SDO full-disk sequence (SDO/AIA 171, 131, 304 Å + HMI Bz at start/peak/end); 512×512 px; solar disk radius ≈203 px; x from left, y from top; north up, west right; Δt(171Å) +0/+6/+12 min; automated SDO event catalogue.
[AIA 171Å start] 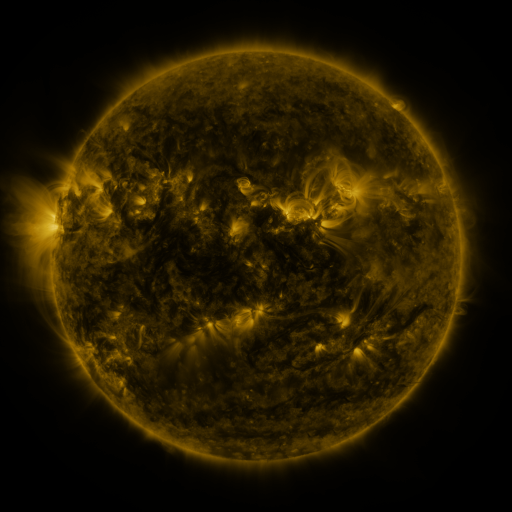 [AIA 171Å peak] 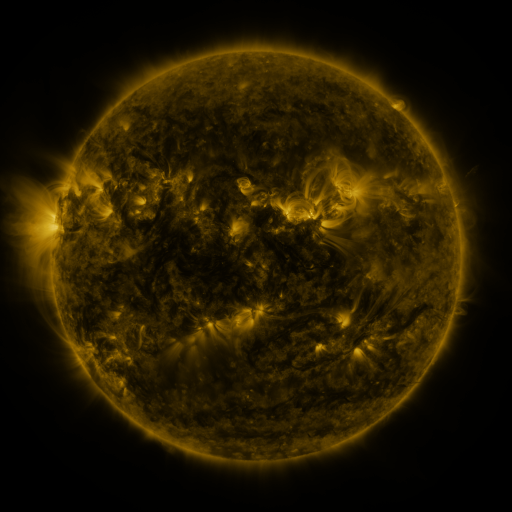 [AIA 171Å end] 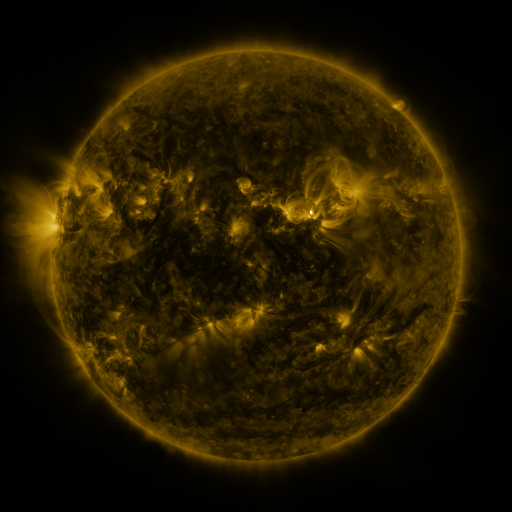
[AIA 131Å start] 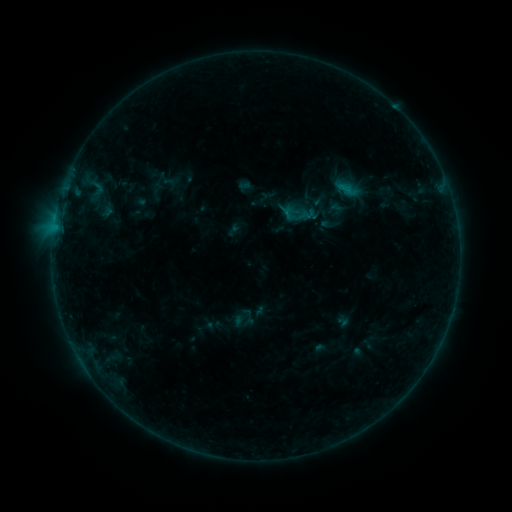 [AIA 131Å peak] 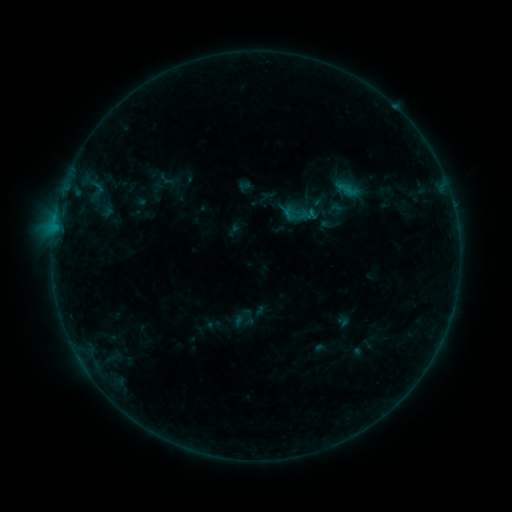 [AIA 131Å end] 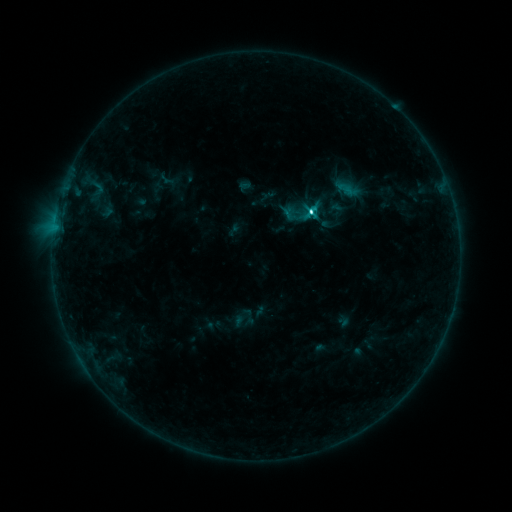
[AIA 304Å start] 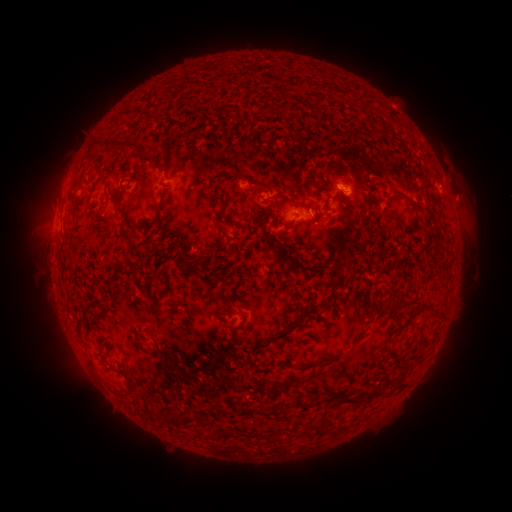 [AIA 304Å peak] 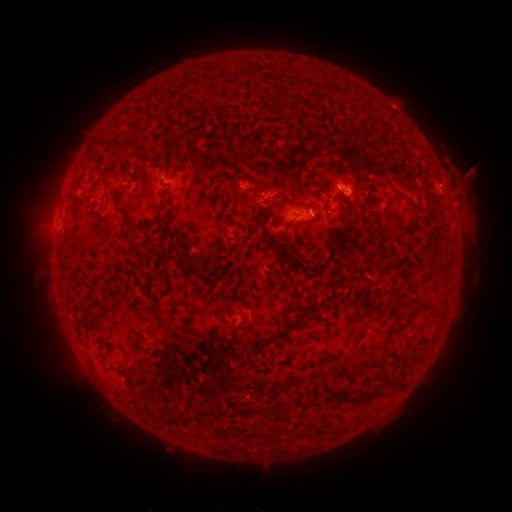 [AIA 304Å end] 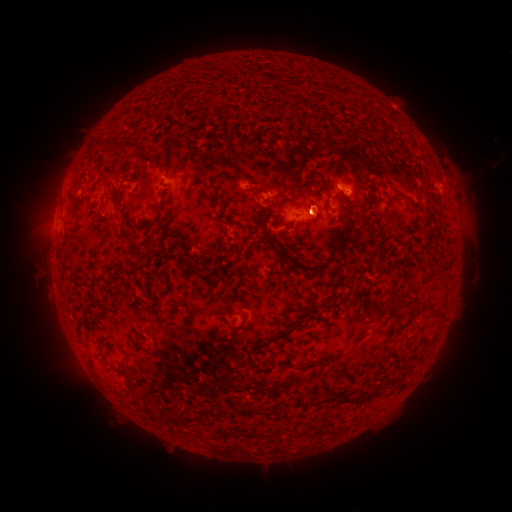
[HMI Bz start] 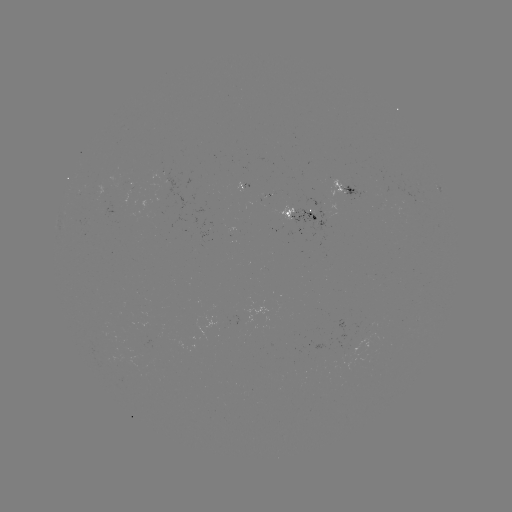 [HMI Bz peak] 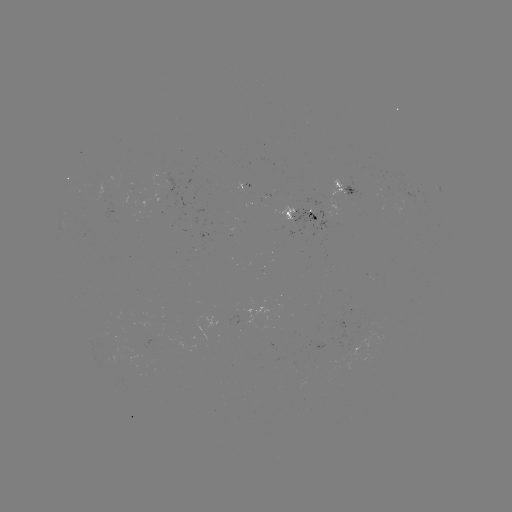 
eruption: <bbox>438, 153, 496, 225</bbox>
